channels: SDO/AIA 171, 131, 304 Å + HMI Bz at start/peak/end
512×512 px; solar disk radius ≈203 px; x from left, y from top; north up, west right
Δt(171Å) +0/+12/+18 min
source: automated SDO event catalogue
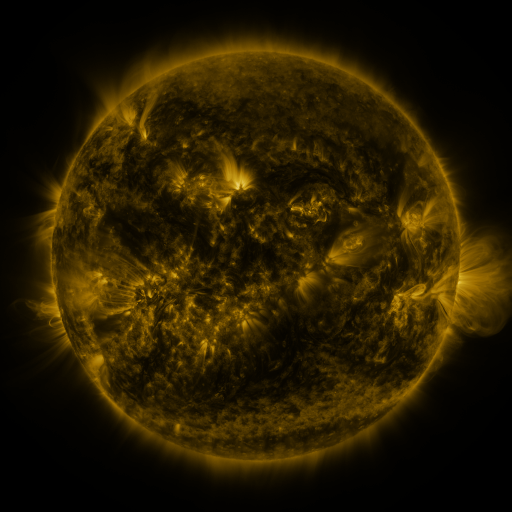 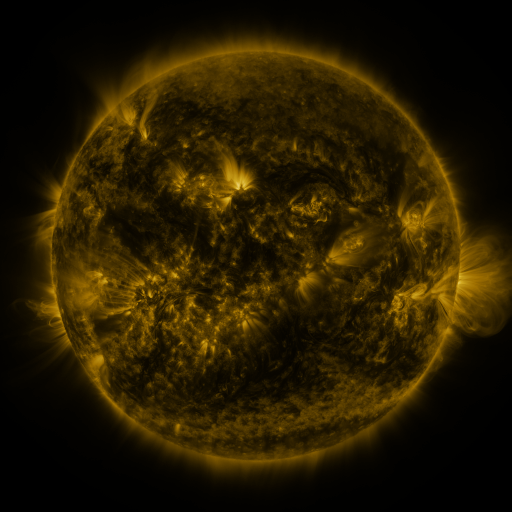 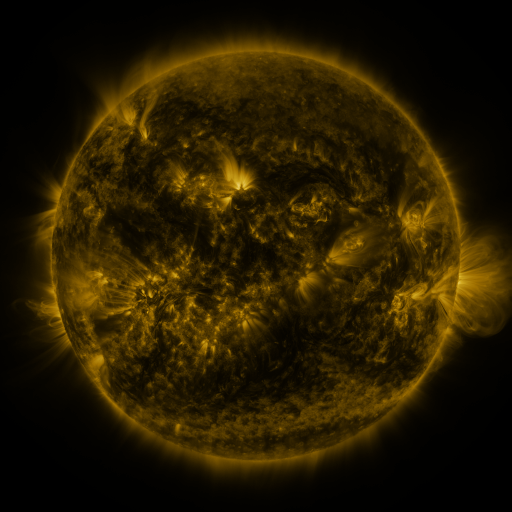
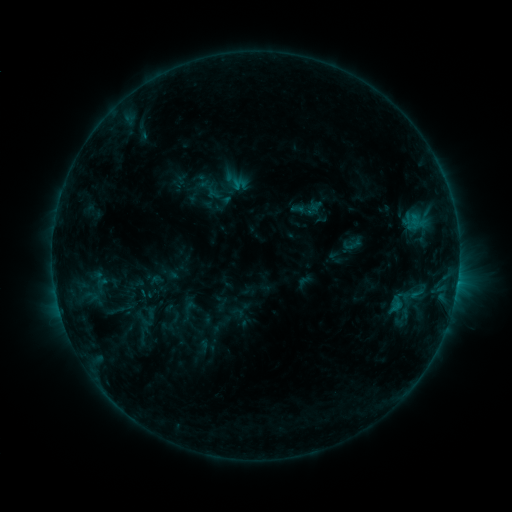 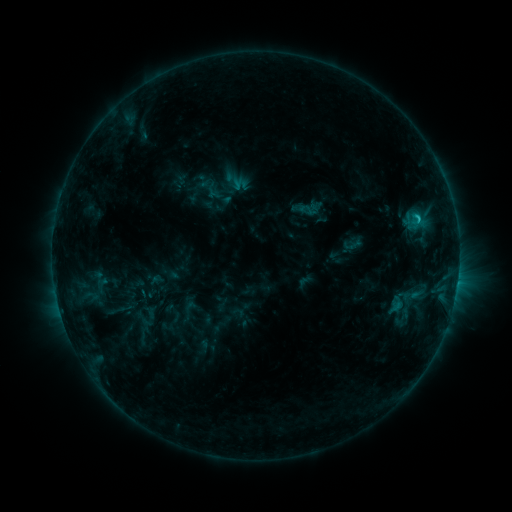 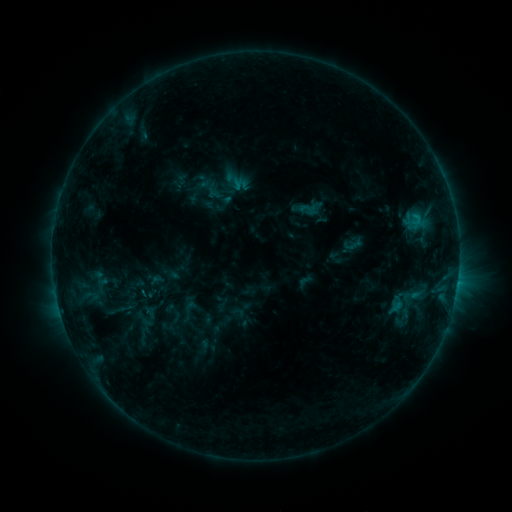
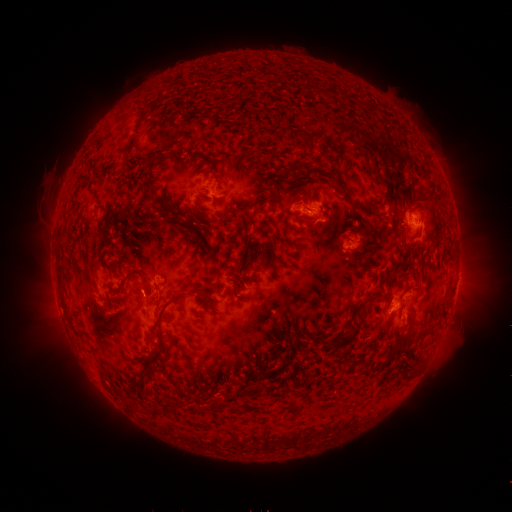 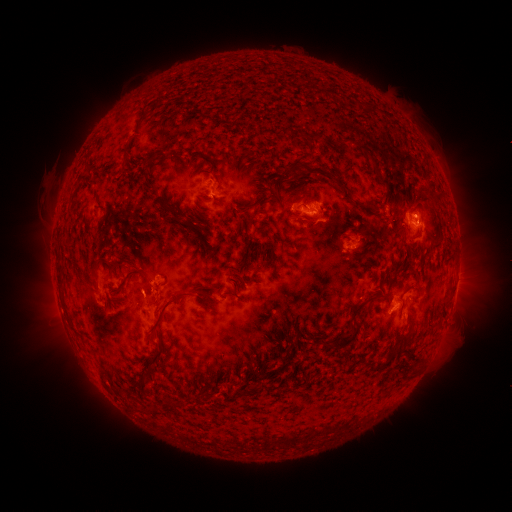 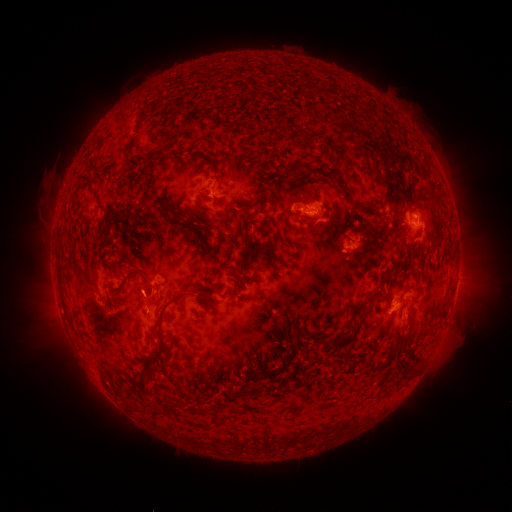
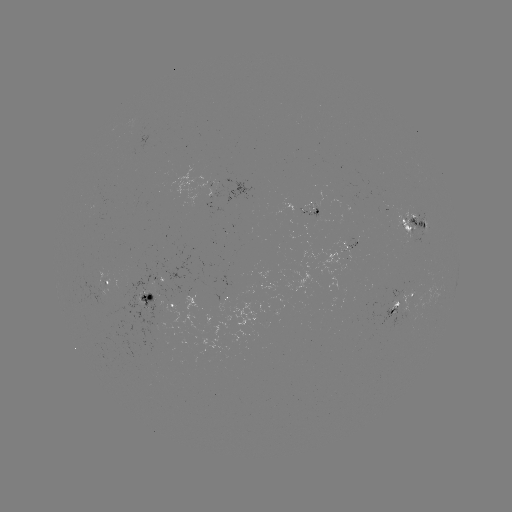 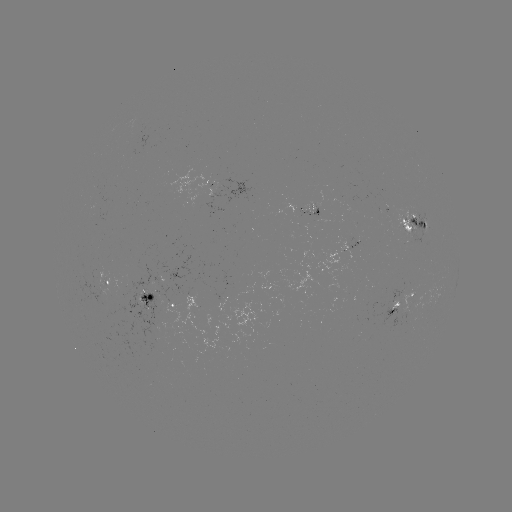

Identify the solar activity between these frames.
C1.3 flare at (417, 218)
